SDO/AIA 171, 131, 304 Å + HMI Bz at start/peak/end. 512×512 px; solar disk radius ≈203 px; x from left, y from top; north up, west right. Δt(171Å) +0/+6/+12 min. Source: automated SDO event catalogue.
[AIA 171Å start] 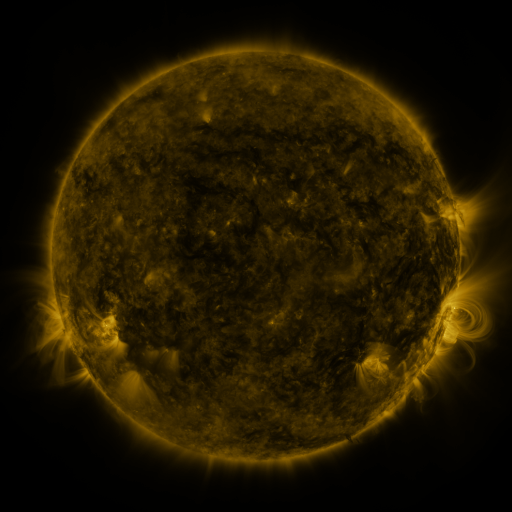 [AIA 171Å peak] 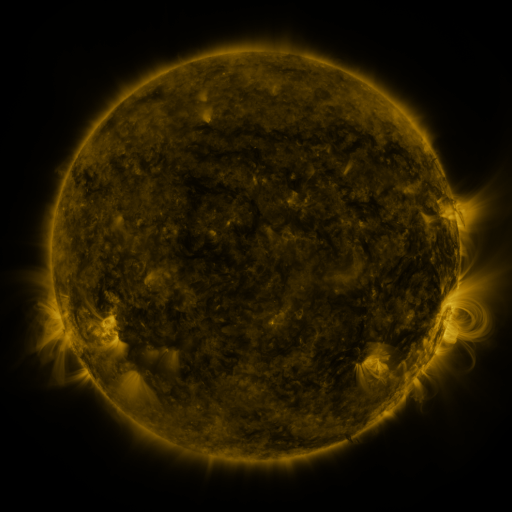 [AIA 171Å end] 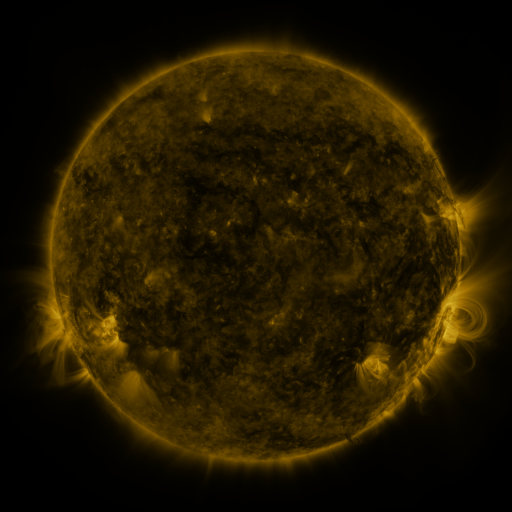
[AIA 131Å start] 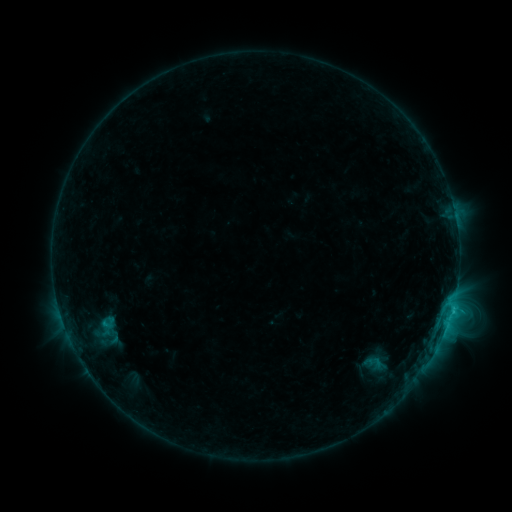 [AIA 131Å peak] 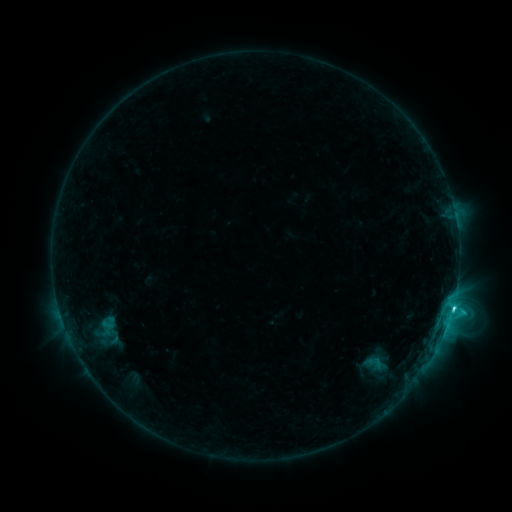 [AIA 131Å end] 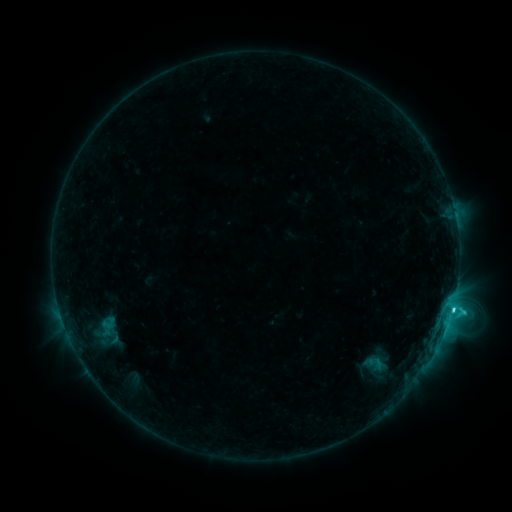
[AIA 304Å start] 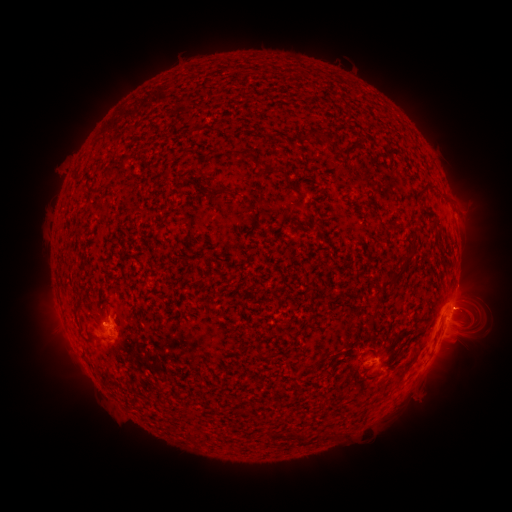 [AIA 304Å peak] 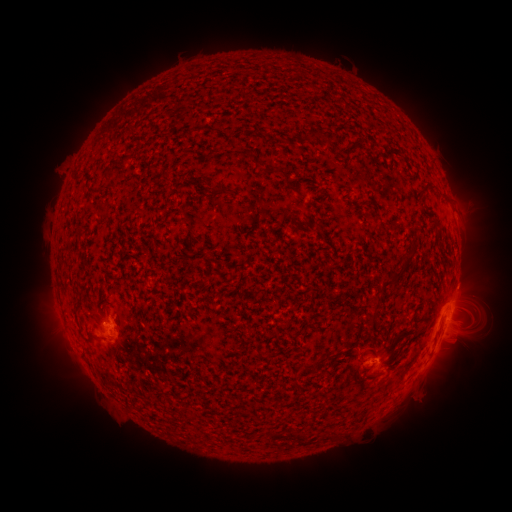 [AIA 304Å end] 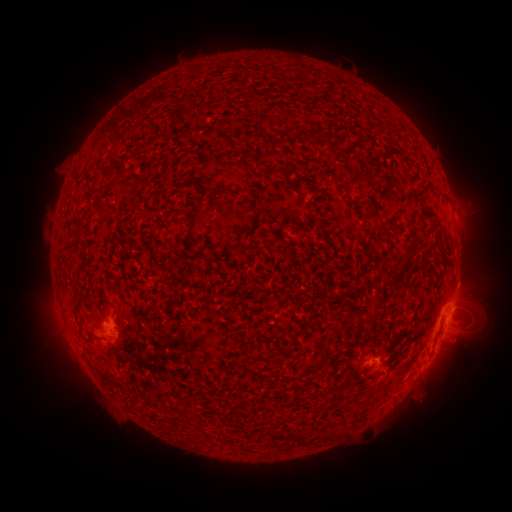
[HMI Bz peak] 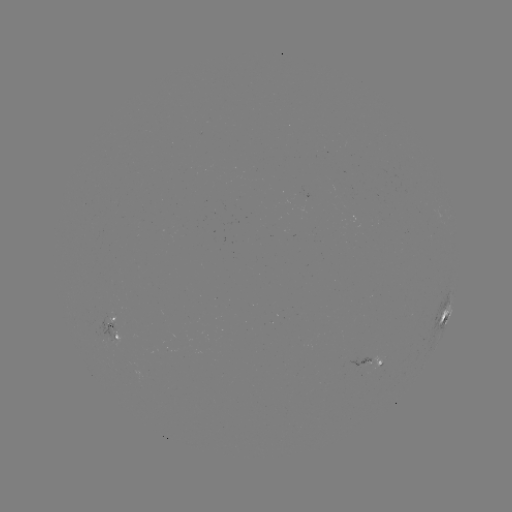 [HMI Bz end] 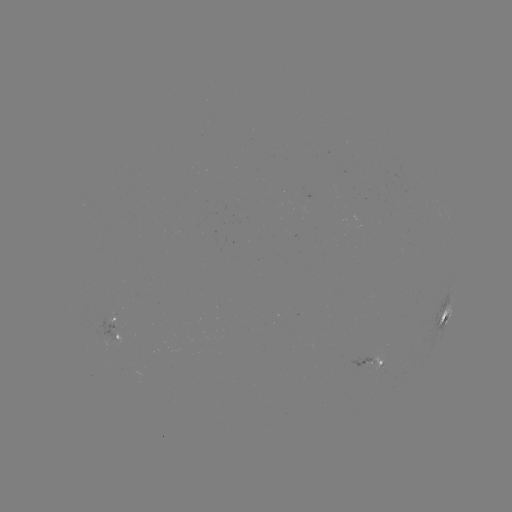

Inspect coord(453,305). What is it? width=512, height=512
C3.0 flare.